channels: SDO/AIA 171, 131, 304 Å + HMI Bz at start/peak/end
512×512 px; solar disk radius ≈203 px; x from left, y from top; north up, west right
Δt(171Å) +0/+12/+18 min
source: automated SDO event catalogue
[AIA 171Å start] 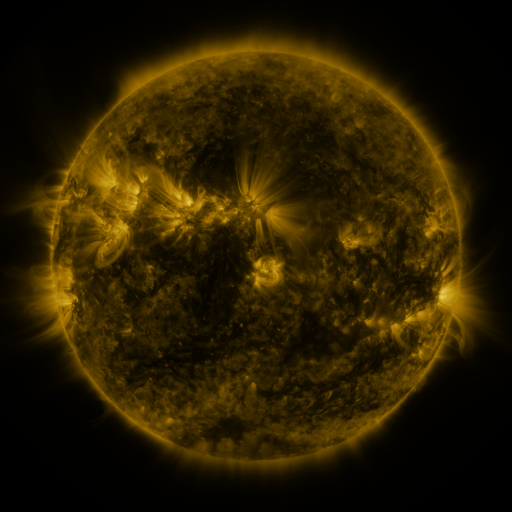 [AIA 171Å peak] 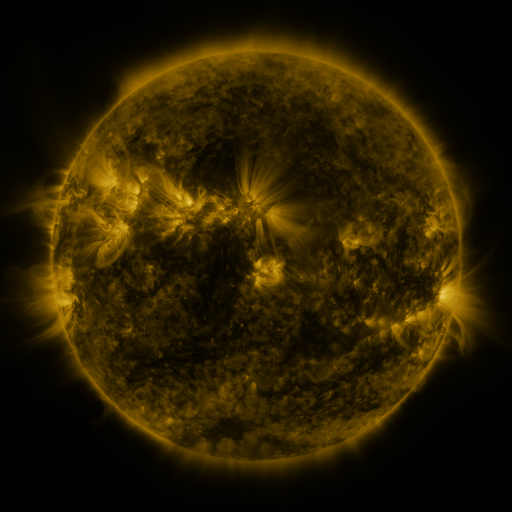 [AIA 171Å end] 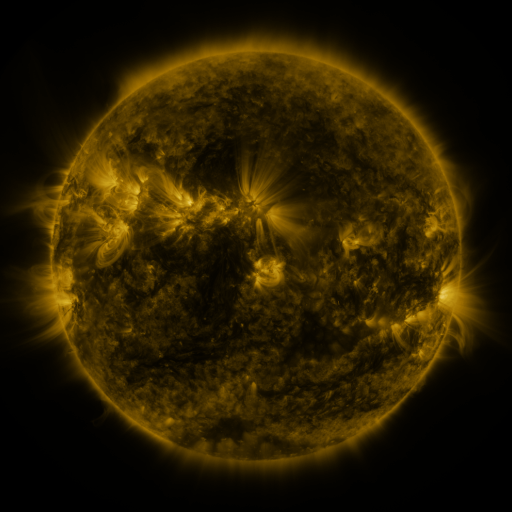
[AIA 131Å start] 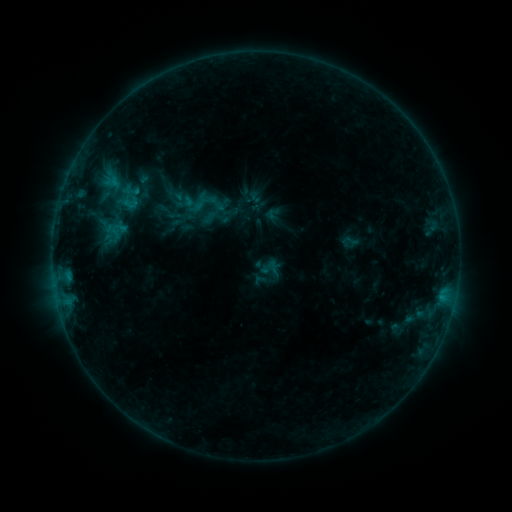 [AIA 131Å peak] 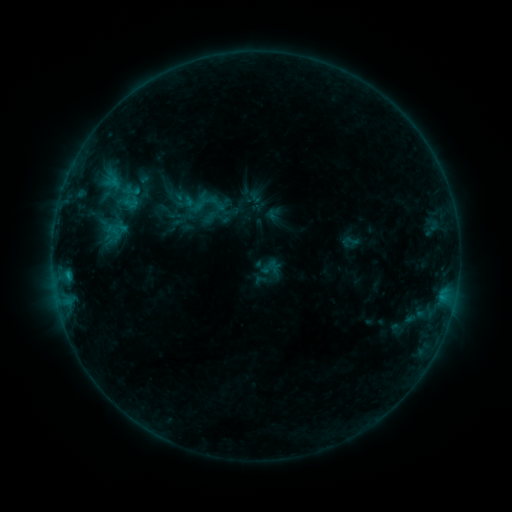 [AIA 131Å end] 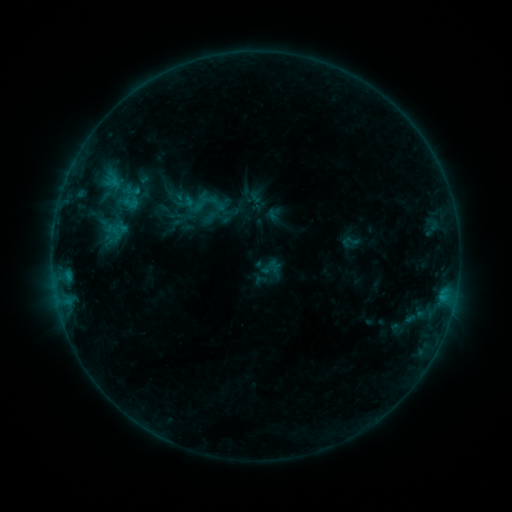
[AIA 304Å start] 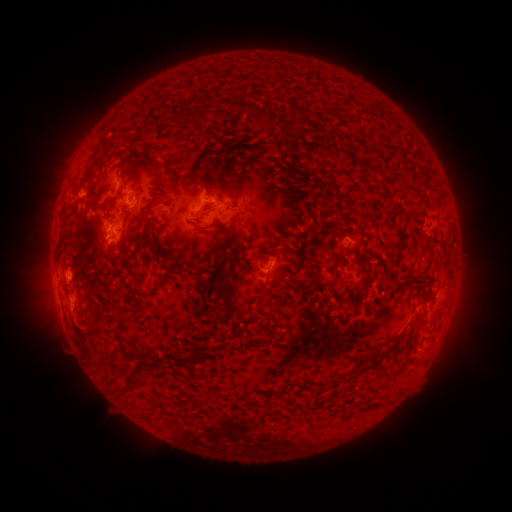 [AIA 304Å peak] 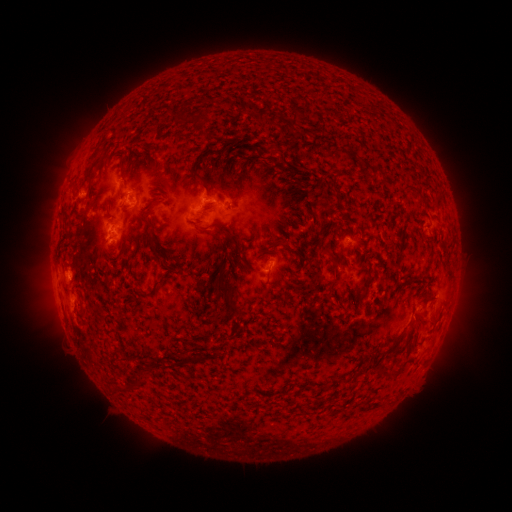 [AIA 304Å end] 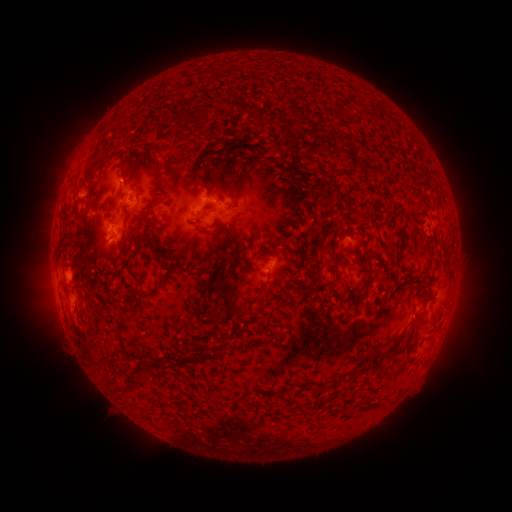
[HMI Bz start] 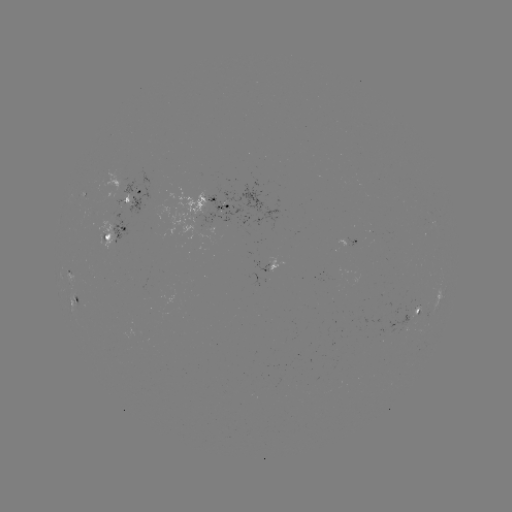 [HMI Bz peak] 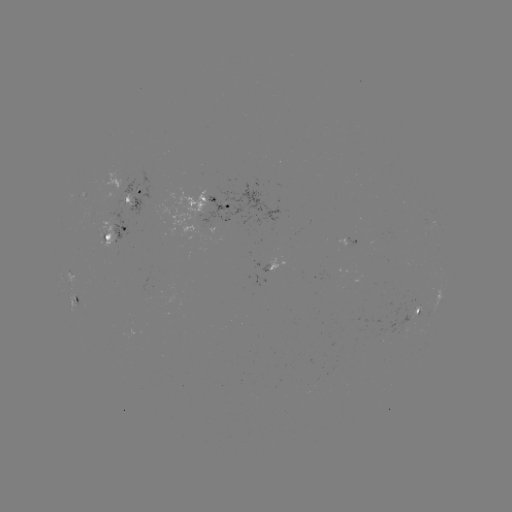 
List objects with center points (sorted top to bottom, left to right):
B5.7 flare: (69, 273)
